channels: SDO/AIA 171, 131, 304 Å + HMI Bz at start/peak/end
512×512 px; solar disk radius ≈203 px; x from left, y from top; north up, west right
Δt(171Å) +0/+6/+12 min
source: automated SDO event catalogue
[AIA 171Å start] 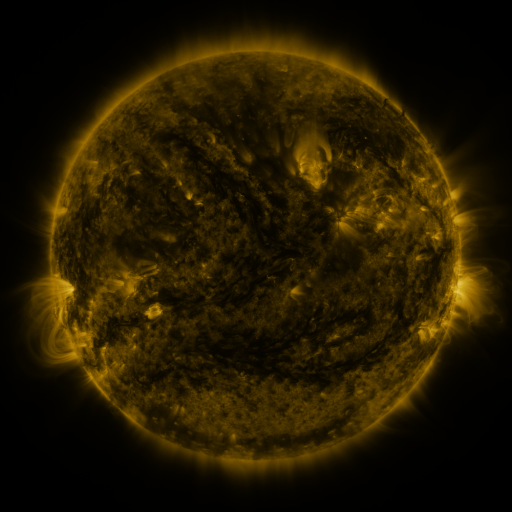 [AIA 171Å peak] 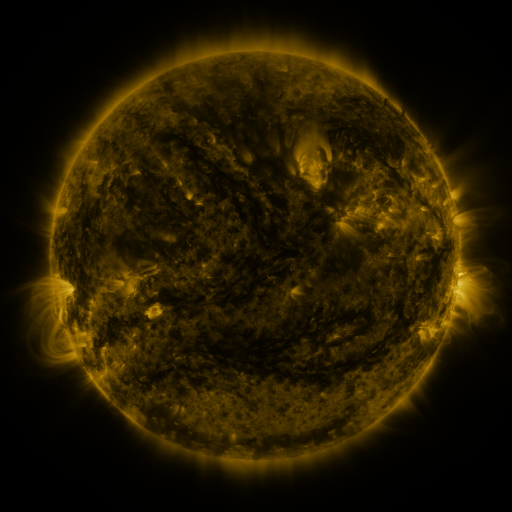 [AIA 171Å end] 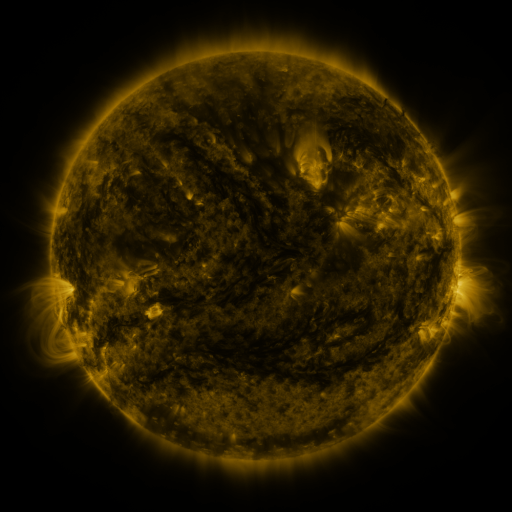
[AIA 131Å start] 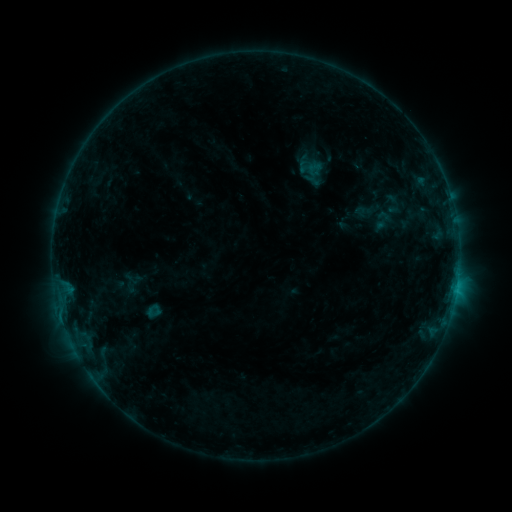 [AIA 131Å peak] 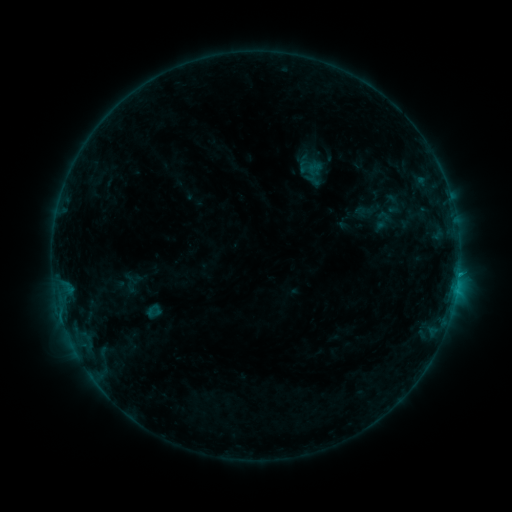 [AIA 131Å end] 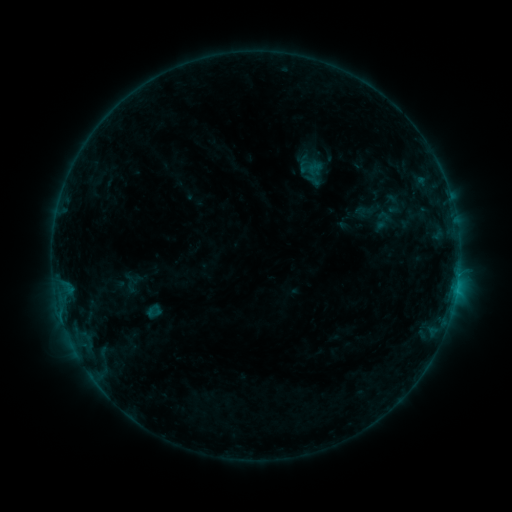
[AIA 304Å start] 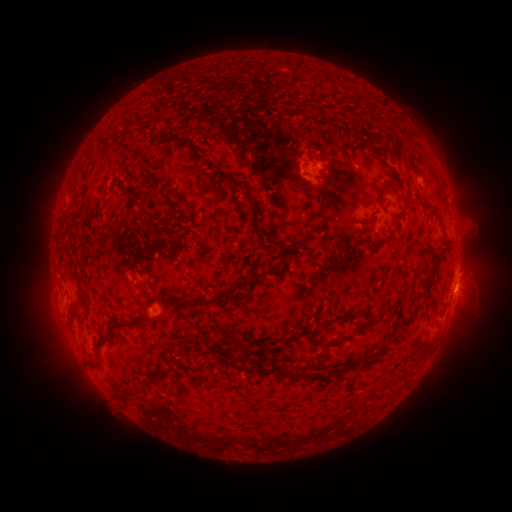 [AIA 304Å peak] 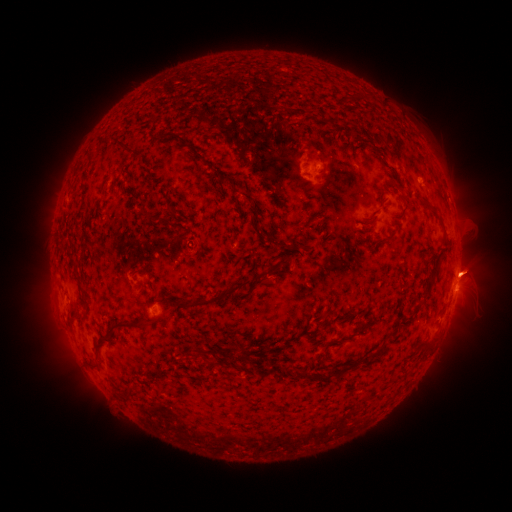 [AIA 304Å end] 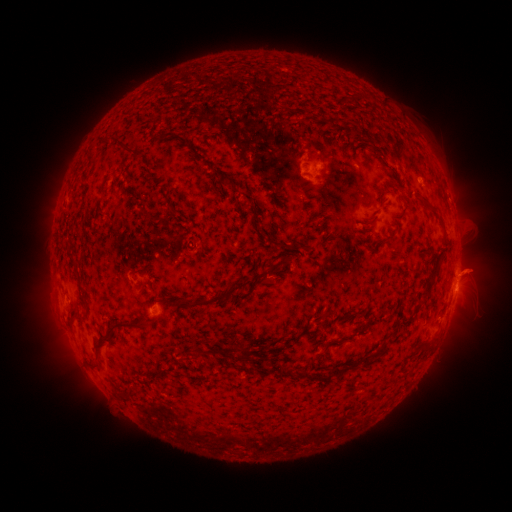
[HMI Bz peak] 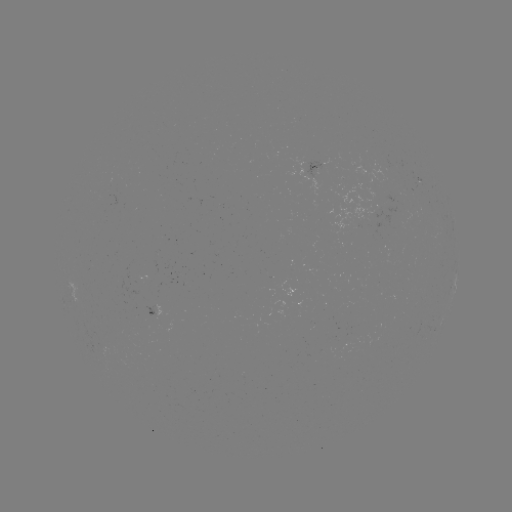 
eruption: (446, 246, 500, 296)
